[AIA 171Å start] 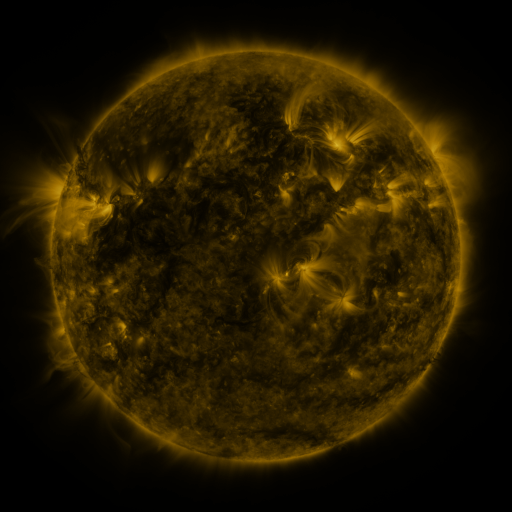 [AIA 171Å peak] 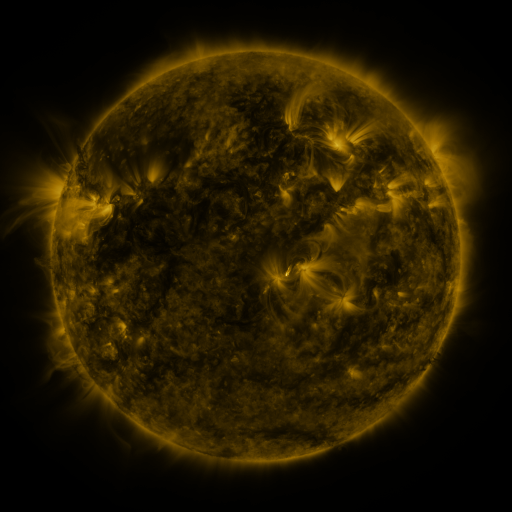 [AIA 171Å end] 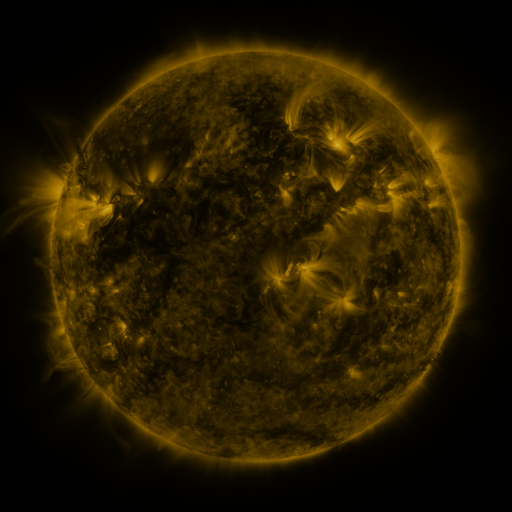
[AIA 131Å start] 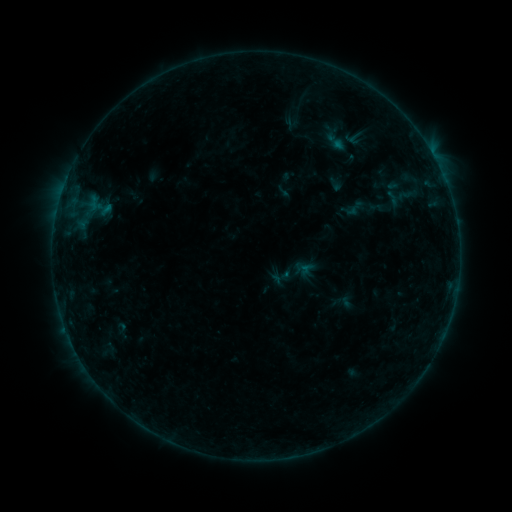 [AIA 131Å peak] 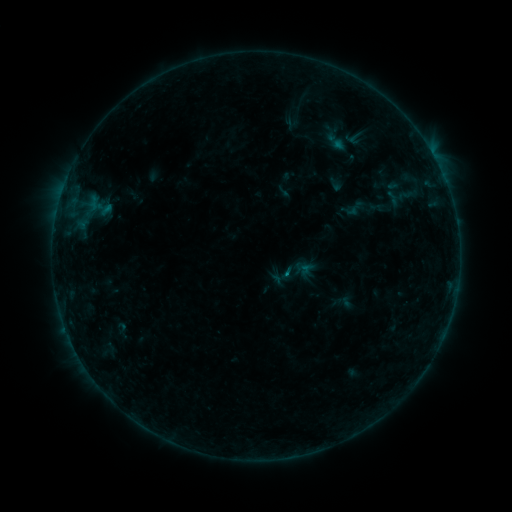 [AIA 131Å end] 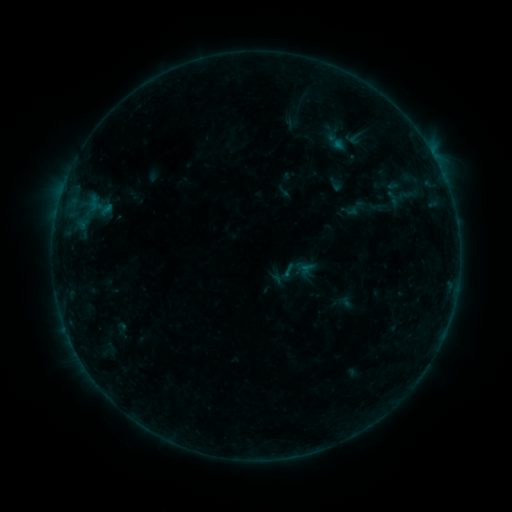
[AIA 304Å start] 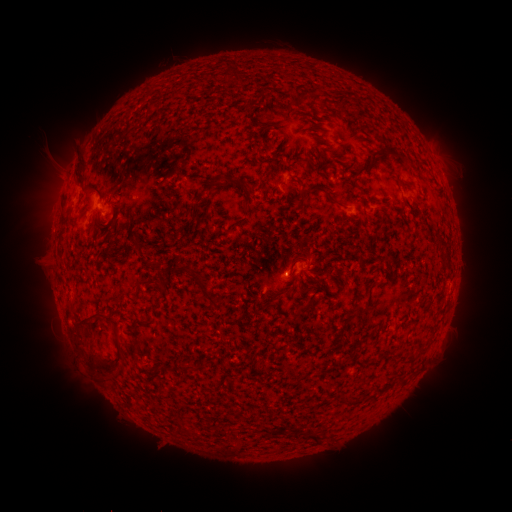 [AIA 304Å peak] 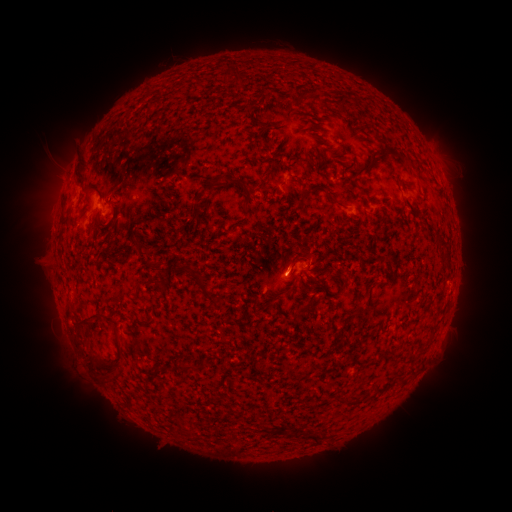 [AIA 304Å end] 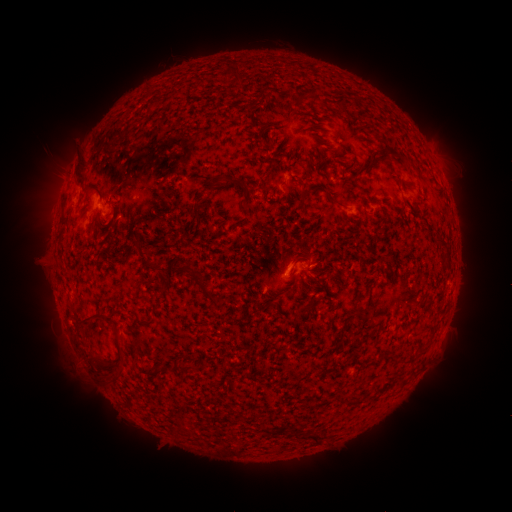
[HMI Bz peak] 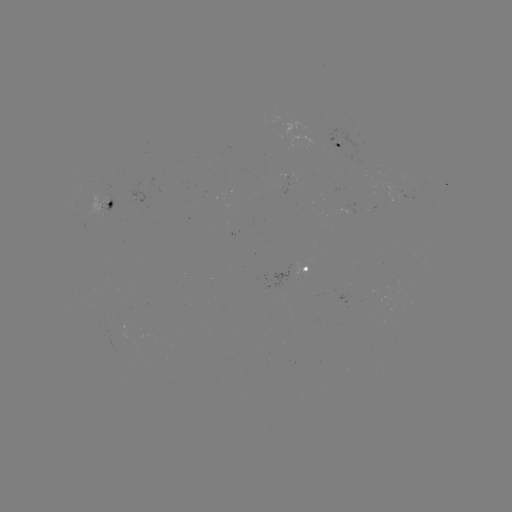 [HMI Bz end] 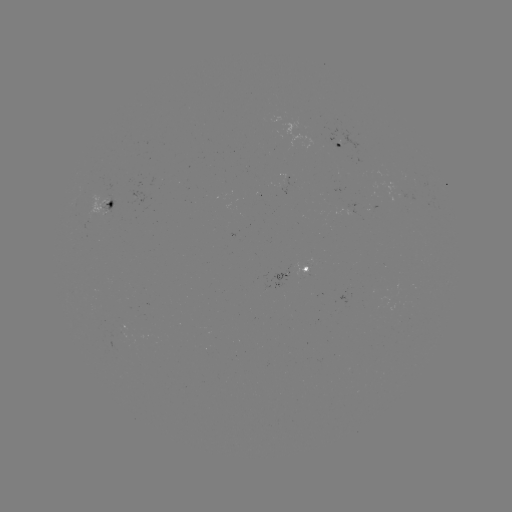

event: flare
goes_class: B2.1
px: (287, 270)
